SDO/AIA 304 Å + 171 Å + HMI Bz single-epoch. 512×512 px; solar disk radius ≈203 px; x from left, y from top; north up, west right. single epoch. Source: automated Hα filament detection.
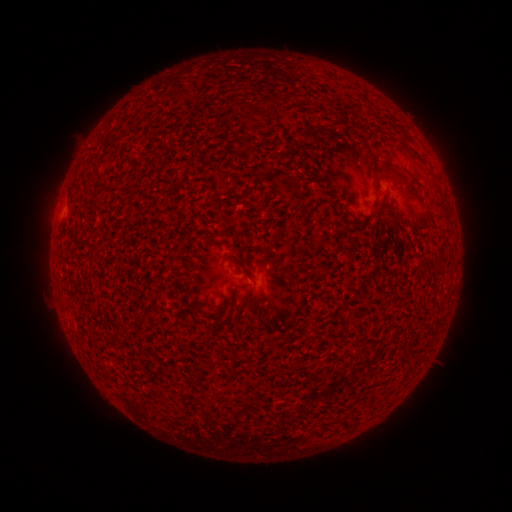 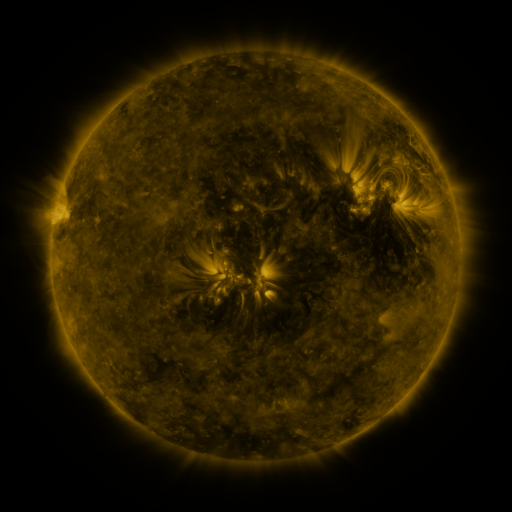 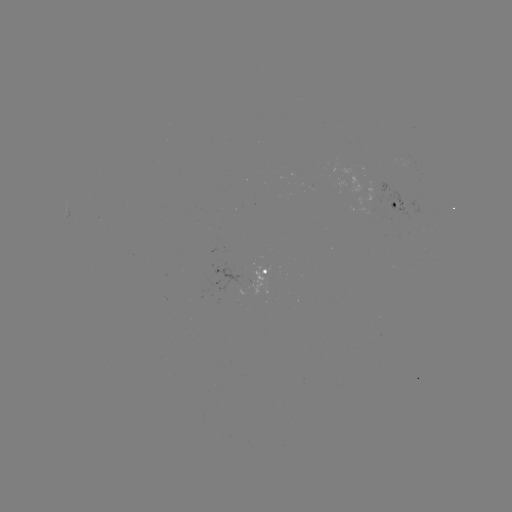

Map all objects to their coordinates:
filament: [398, 131, 415, 158]
filament: [311, 132, 319, 142]
filament: [381, 166, 397, 178]
